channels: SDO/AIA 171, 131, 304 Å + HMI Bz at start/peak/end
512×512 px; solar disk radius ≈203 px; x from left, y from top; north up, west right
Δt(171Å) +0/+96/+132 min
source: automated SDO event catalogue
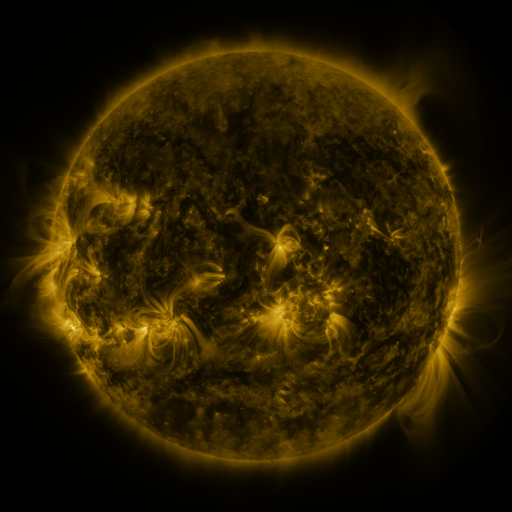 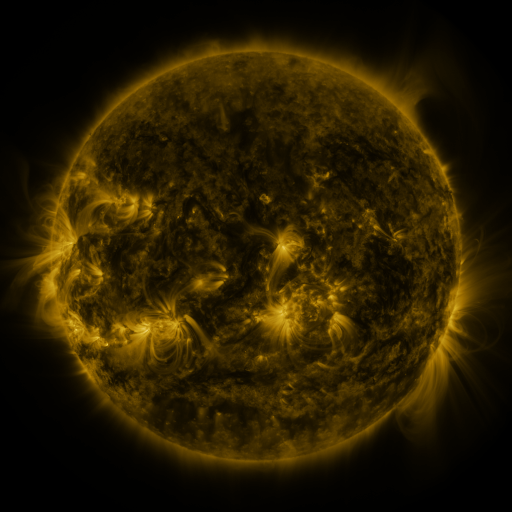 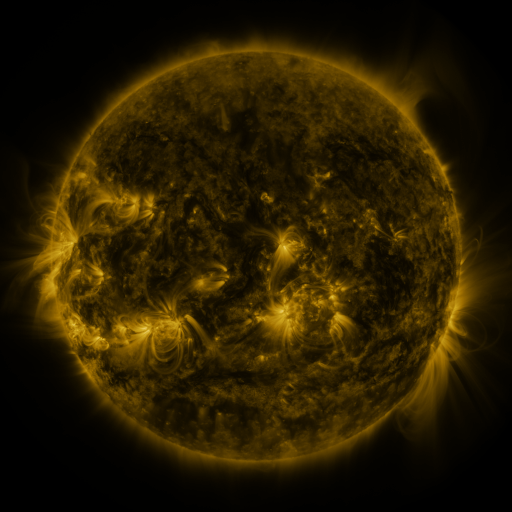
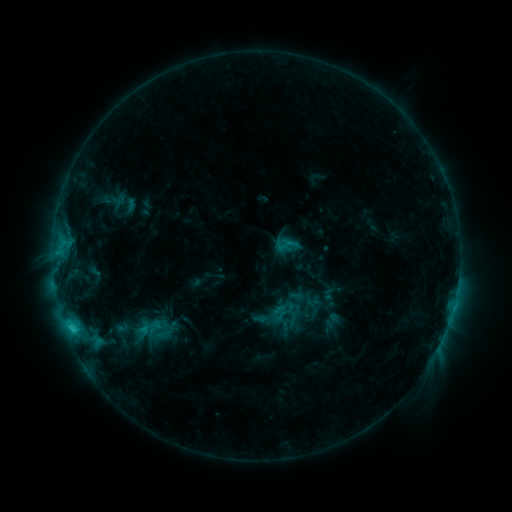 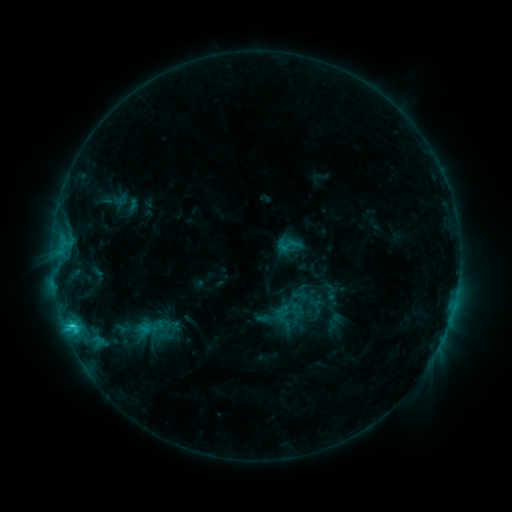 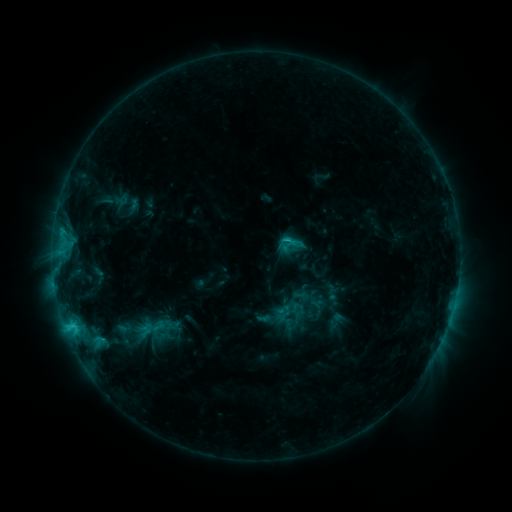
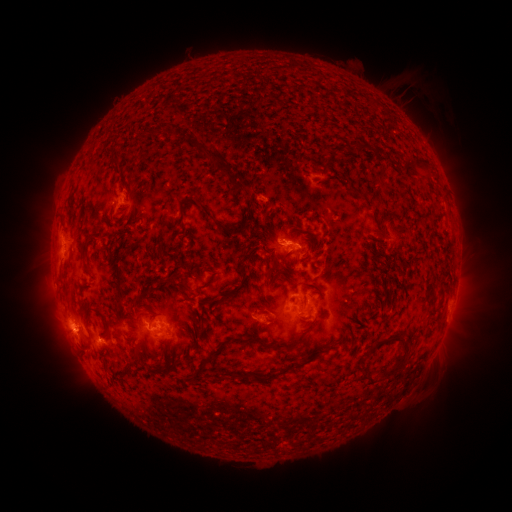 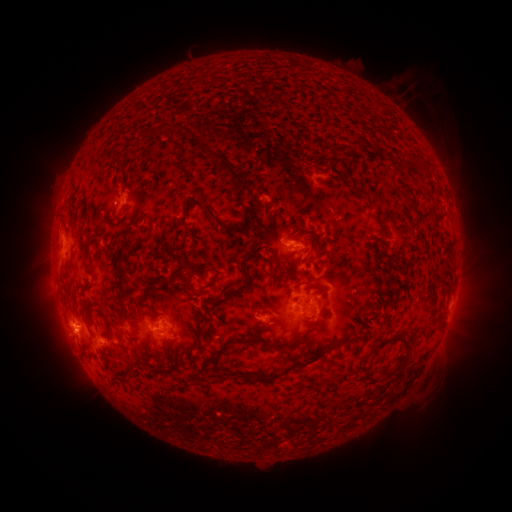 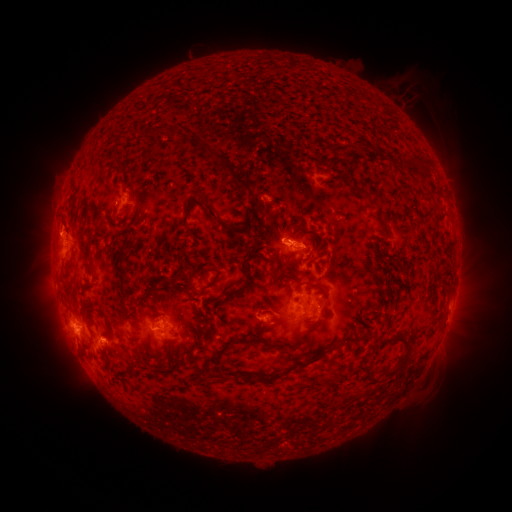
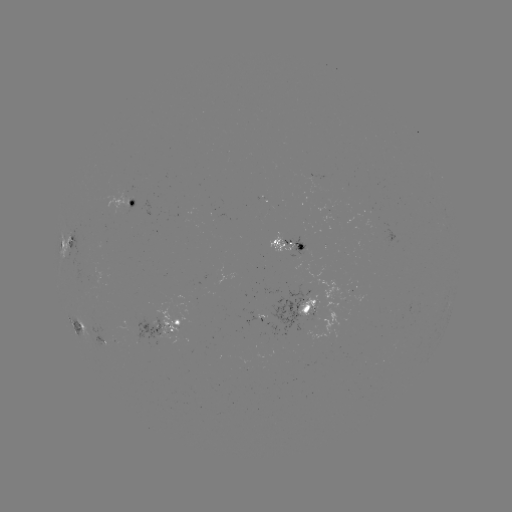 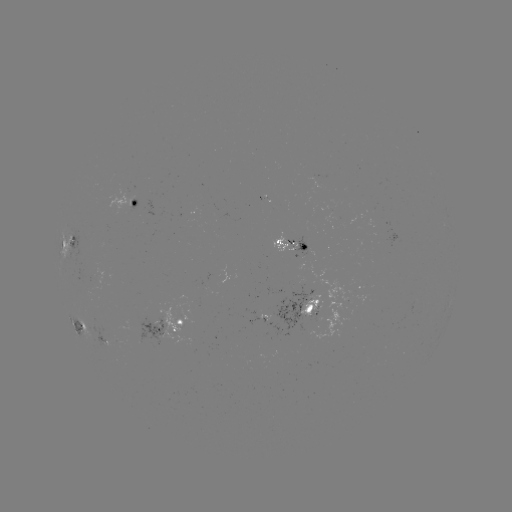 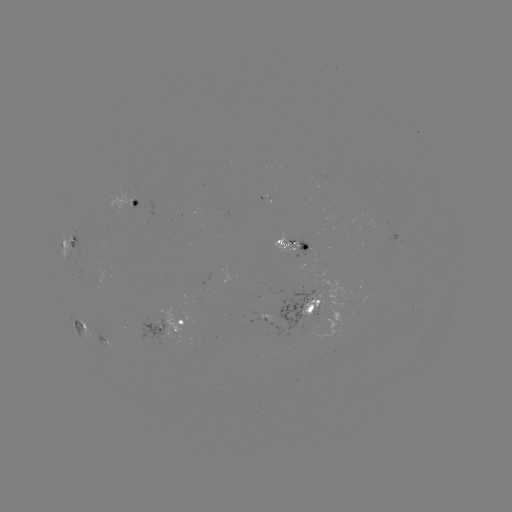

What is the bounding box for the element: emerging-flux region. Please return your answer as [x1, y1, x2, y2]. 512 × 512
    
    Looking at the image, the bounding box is [108, 188, 134, 214].